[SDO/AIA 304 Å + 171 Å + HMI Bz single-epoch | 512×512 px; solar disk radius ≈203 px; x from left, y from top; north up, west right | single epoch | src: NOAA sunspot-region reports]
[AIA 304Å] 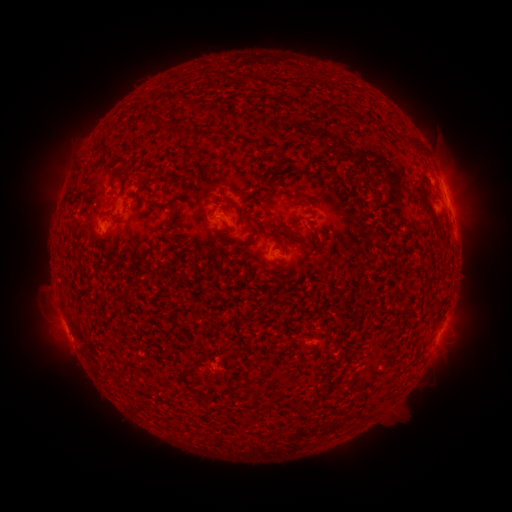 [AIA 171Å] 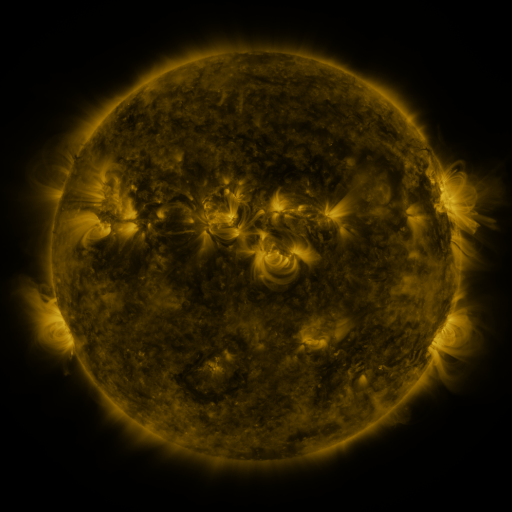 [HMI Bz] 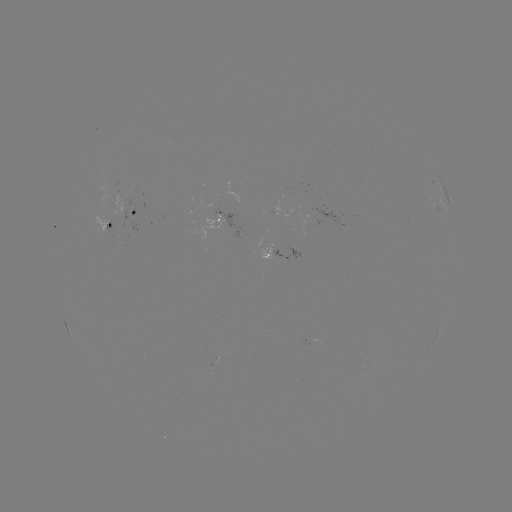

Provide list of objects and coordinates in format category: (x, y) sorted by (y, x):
spotted active region: (449, 203)
spotted active region: (135, 215)
spotted active region: (222, 220)
spotted active region: (110, 227)
spotted active region: (284, 256)
